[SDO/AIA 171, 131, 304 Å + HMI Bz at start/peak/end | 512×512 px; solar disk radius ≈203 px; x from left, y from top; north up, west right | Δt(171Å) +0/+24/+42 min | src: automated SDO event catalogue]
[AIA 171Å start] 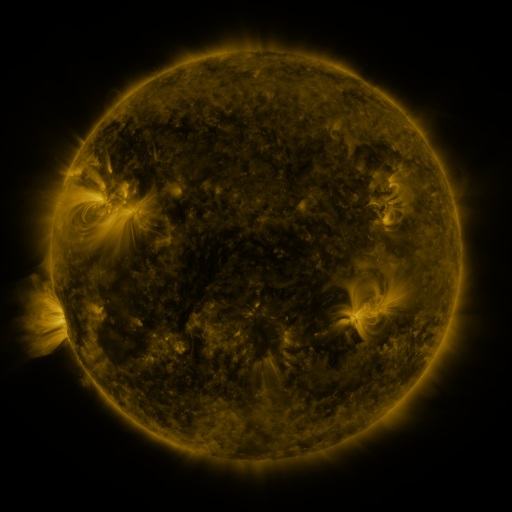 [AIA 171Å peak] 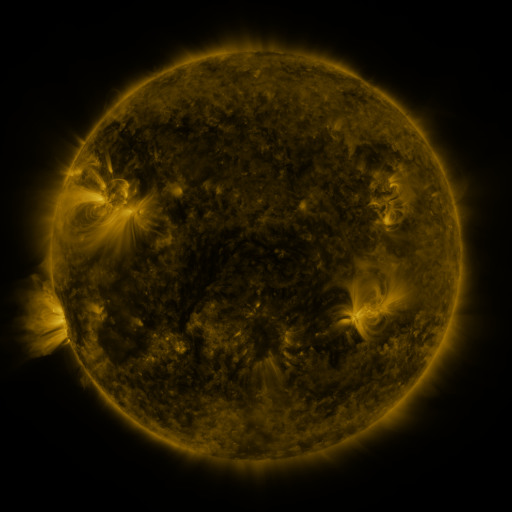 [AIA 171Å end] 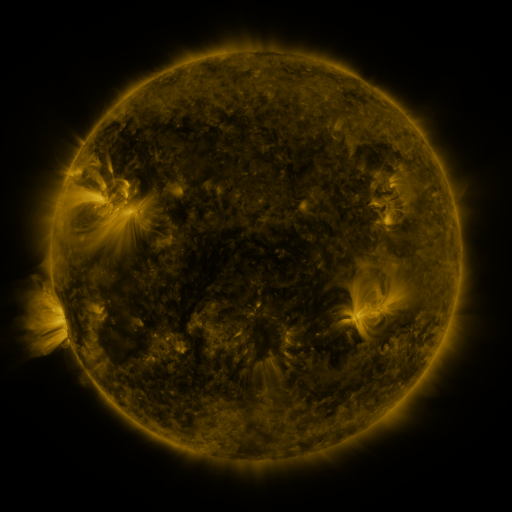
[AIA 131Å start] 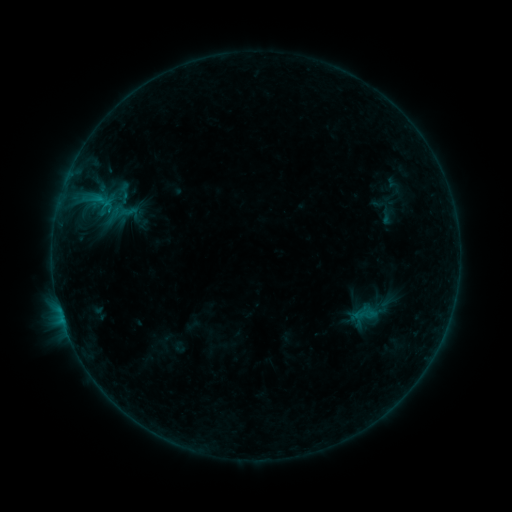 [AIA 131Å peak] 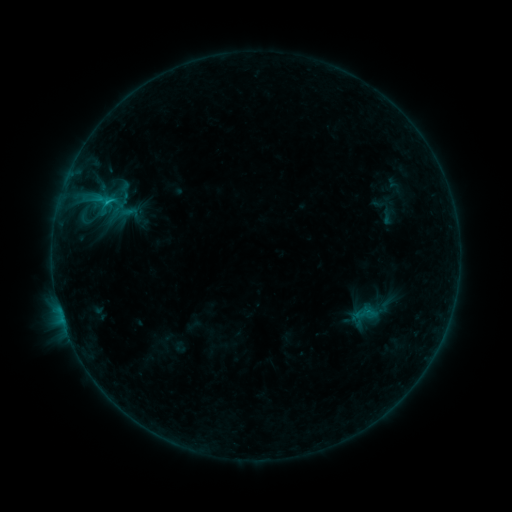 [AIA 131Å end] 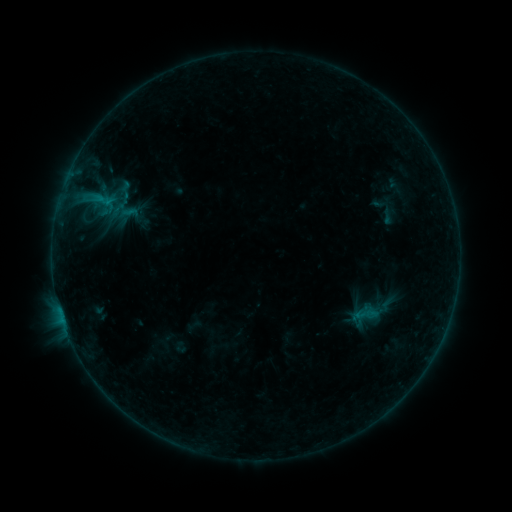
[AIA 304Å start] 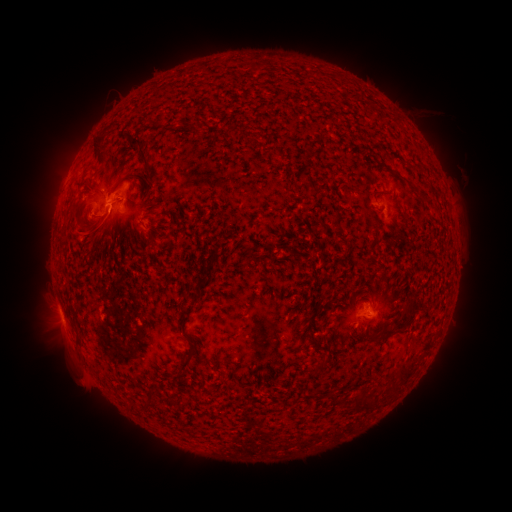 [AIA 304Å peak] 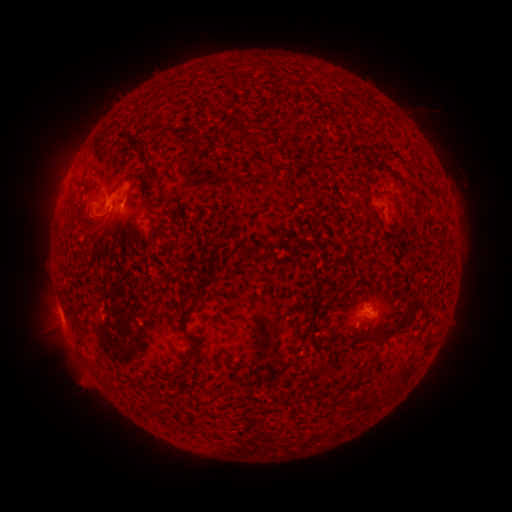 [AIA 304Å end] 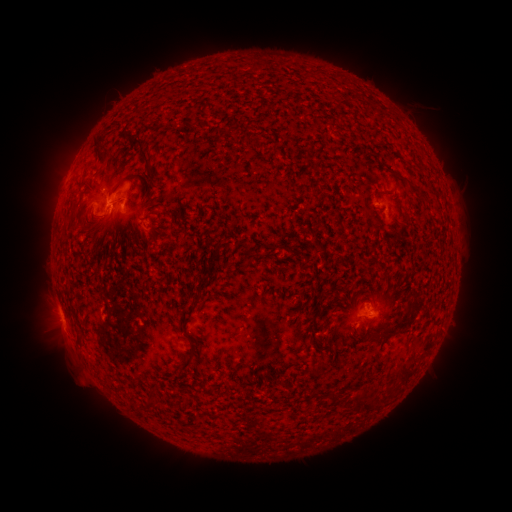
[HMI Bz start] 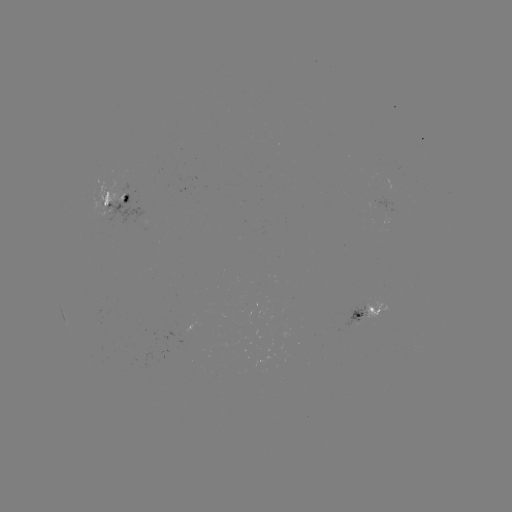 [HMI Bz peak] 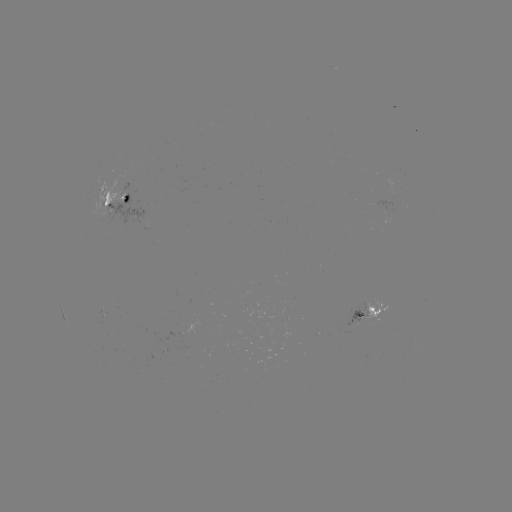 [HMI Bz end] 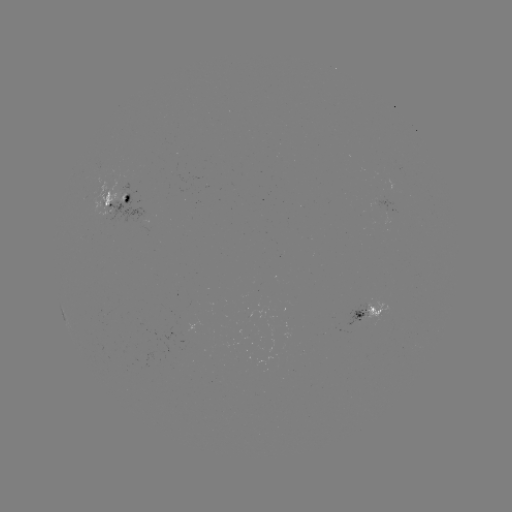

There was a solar flare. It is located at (108, 202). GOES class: B8.6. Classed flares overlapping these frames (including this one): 1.